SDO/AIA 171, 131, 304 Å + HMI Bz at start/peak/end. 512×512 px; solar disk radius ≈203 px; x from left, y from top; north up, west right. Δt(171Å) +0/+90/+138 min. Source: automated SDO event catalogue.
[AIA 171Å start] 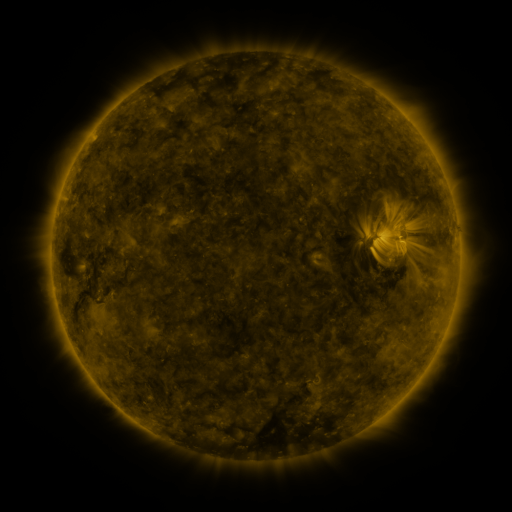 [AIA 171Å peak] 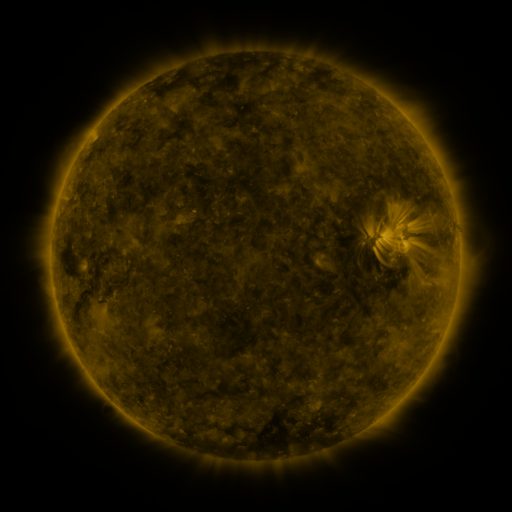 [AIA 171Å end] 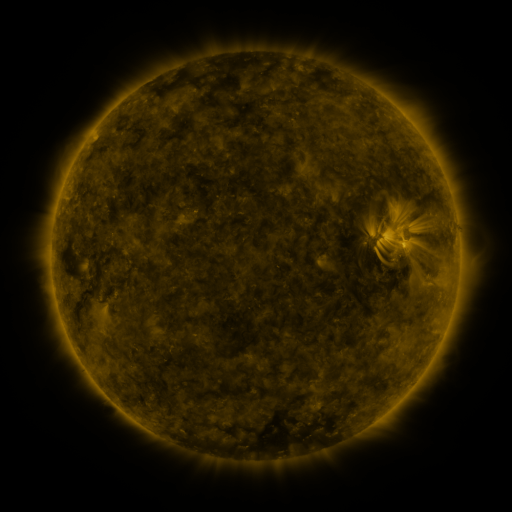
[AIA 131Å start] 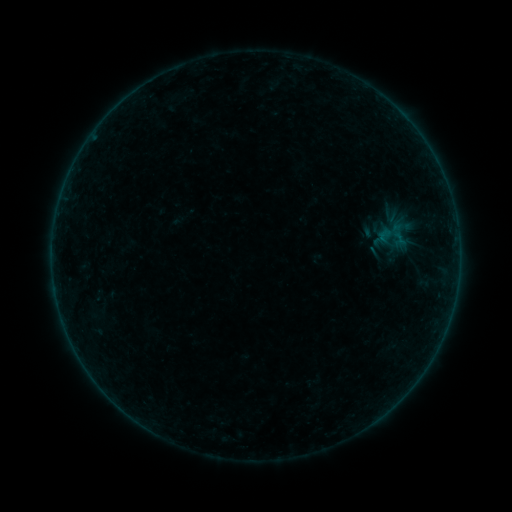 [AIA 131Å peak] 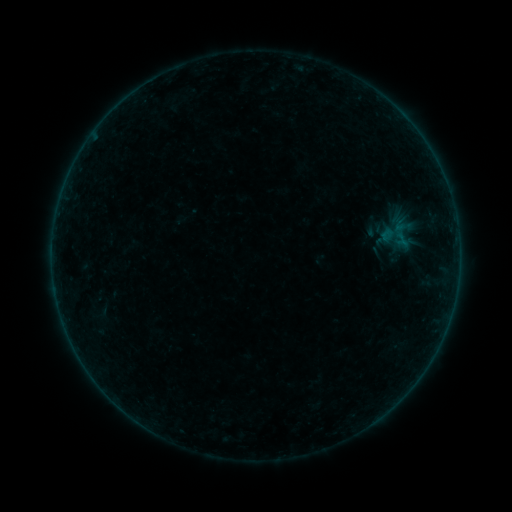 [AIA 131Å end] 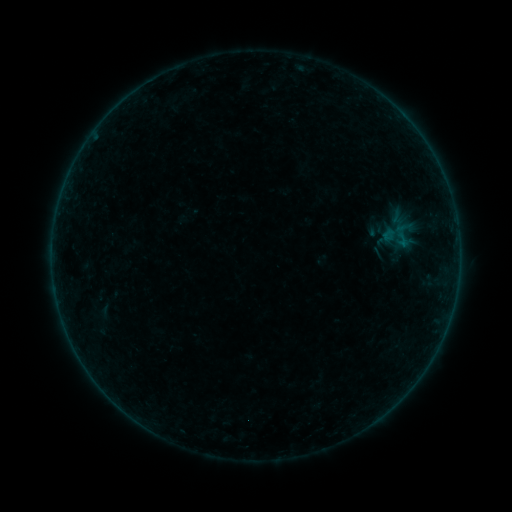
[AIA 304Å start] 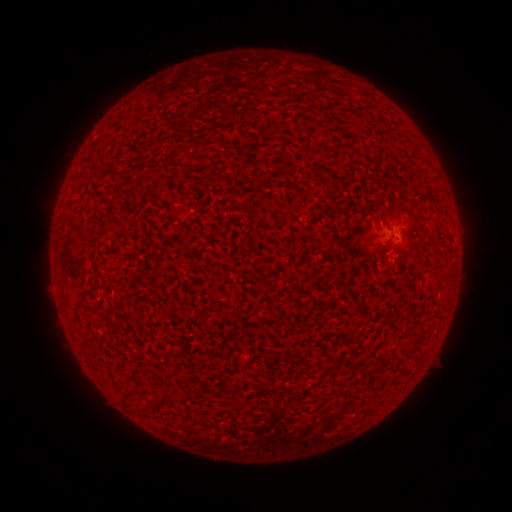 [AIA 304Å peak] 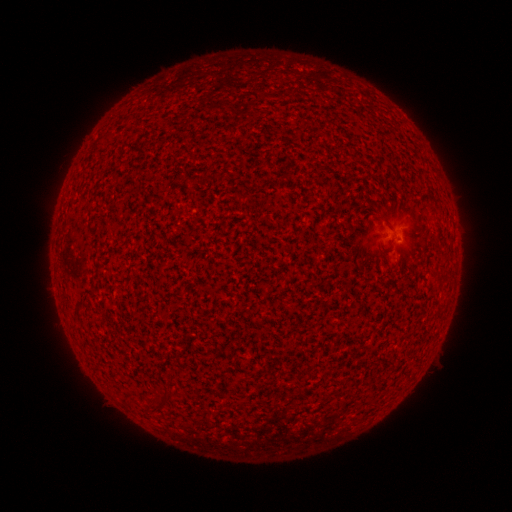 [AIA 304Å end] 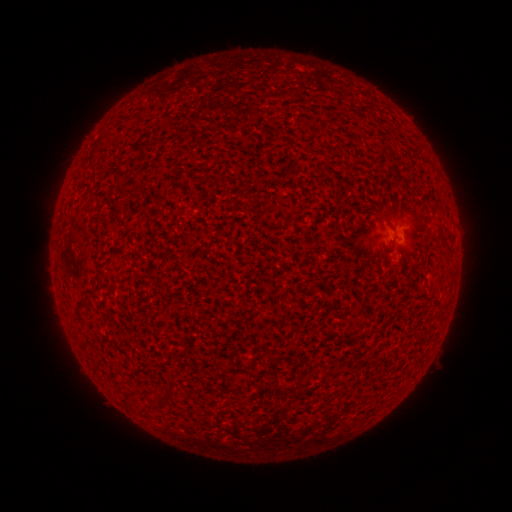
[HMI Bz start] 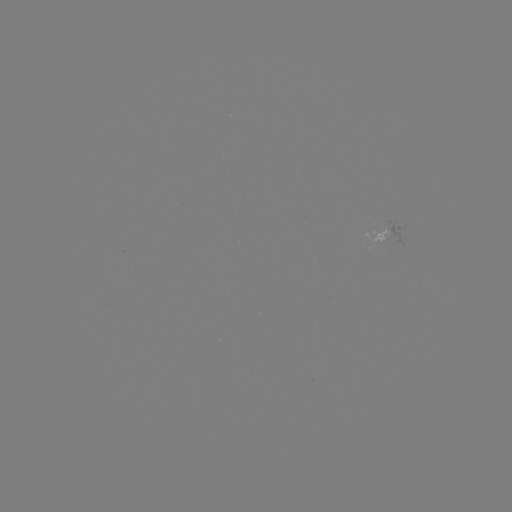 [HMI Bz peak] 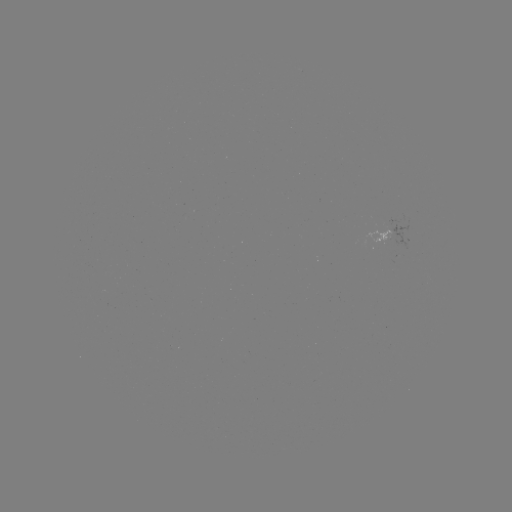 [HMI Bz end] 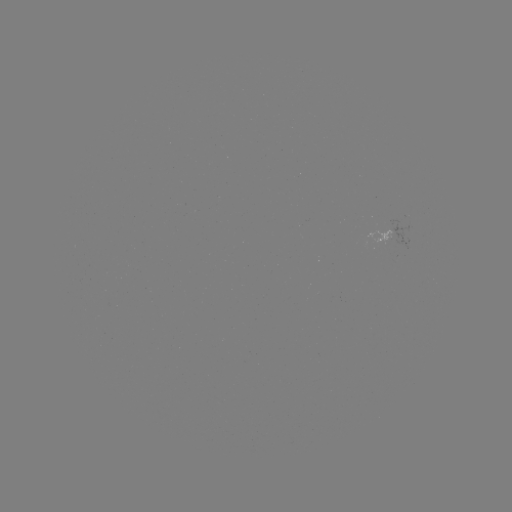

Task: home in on A6.9 flare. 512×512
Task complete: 400,244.